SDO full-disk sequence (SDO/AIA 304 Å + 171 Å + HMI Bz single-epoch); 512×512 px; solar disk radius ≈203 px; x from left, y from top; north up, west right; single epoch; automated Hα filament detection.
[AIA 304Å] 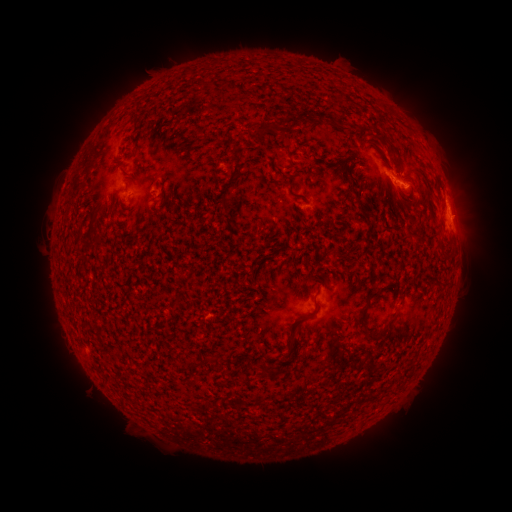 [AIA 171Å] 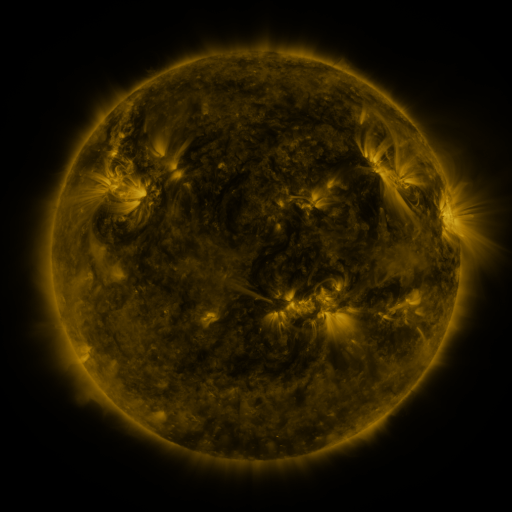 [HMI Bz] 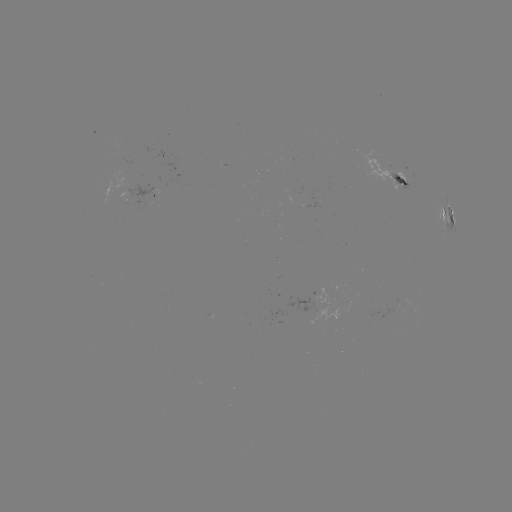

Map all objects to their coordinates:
filament: <bbox>310, 110, 344, 130</bbox>
filament: <bbox>254, 126, 270, 137</bbox>
filament: <bbox>232, 149, 243, 177</bbox>
filament: <bbox>162, 186, 169, 200</bbox>
filament: <bbox>220, 194, 230, 208</bbox>
filament: <bbox>310, 270, 319, 281</bbox>
filament: <bbox>355, 290, 378, 326</bbox>
filament: <bbox>171, 295, 180, 305</bbox>
filament: <bbox>285, 296, 318, 349</bbox>
filament: <bbox>367, 317, 395, 343</bbox>
filament: <bbox>211, 355, 219, 370</bbox>
